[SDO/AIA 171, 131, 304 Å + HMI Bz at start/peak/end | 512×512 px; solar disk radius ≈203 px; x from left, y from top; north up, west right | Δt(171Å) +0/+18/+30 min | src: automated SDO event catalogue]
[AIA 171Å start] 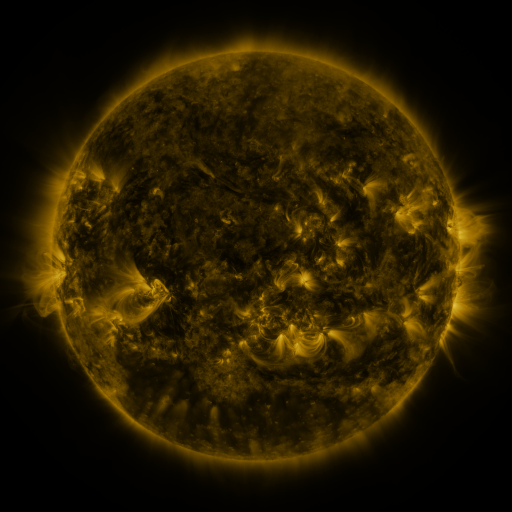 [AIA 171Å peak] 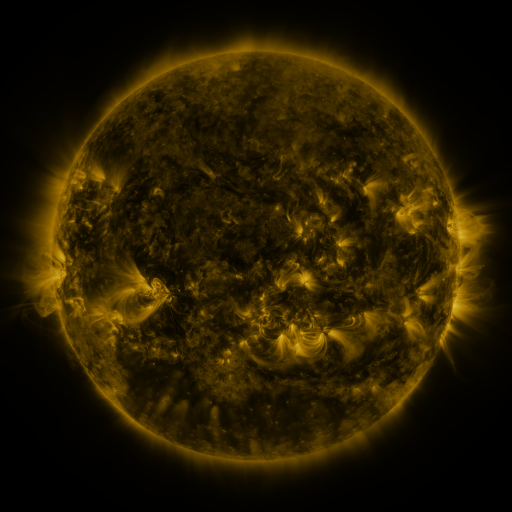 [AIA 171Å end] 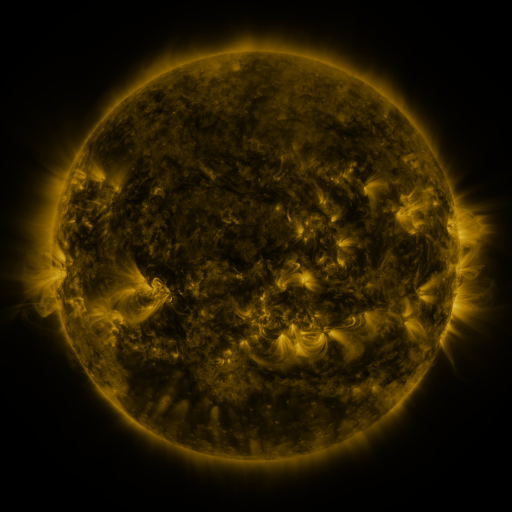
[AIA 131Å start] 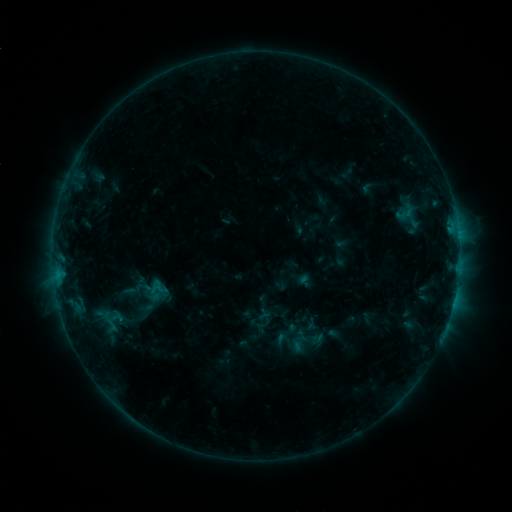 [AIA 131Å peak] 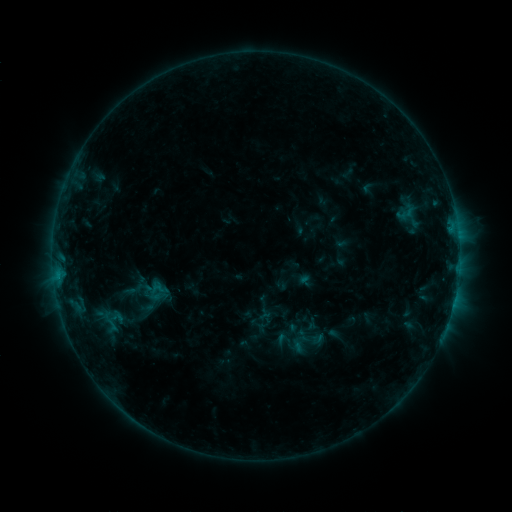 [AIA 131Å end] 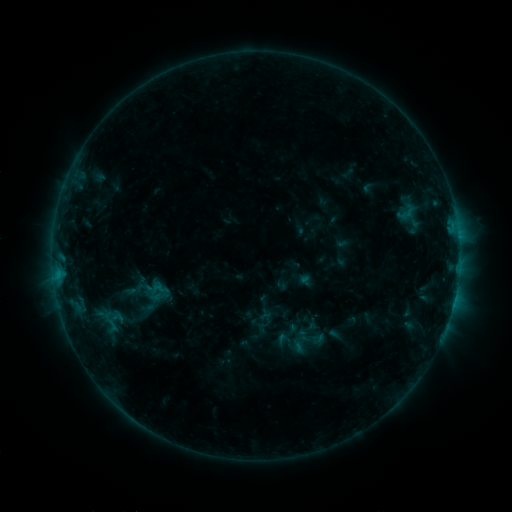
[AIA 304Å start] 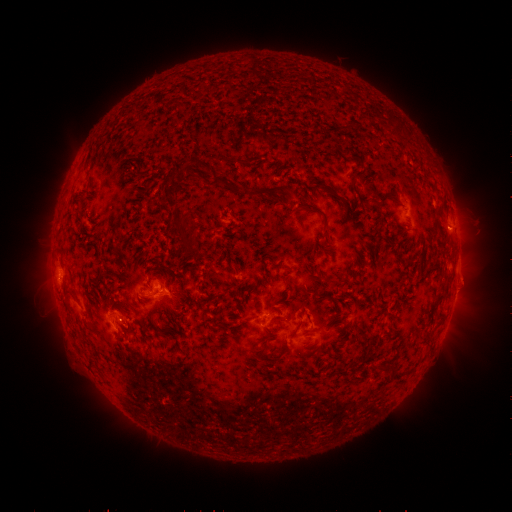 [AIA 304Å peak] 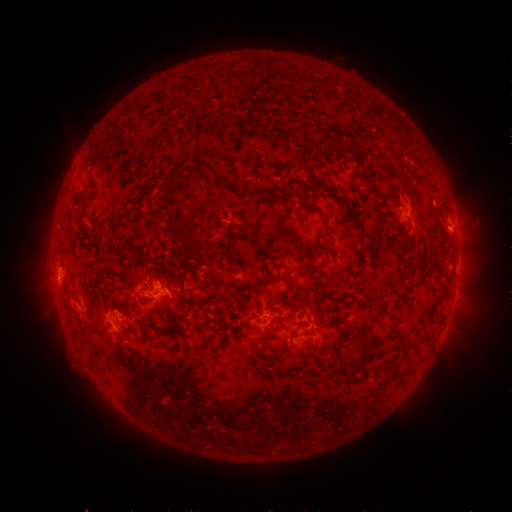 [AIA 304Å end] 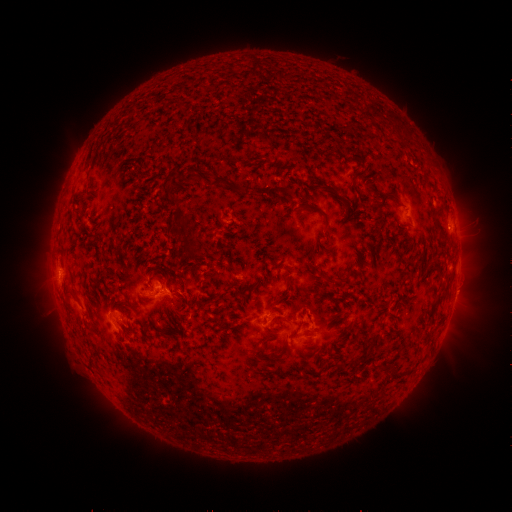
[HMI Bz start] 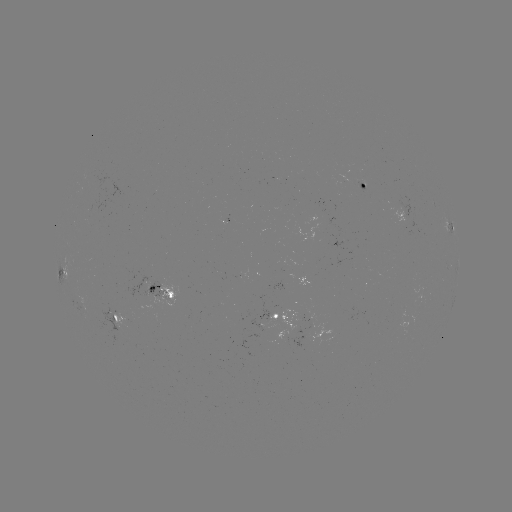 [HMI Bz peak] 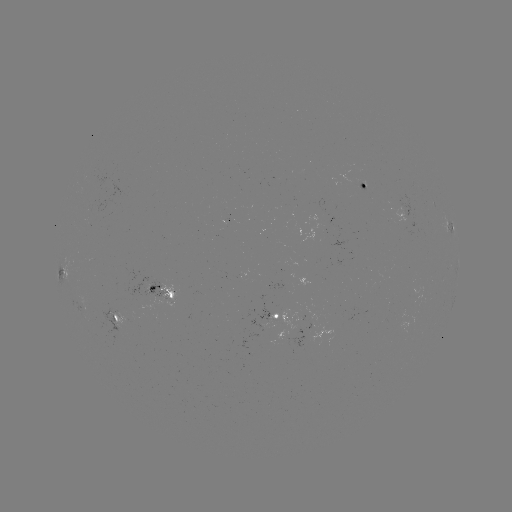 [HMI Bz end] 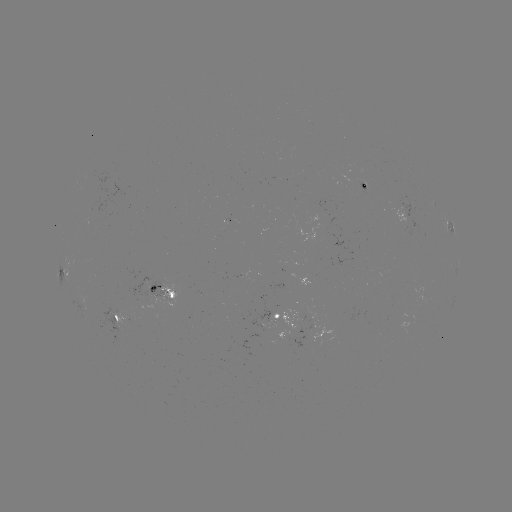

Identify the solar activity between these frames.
nothing was catalogued: no classed flare, no EUV trigger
